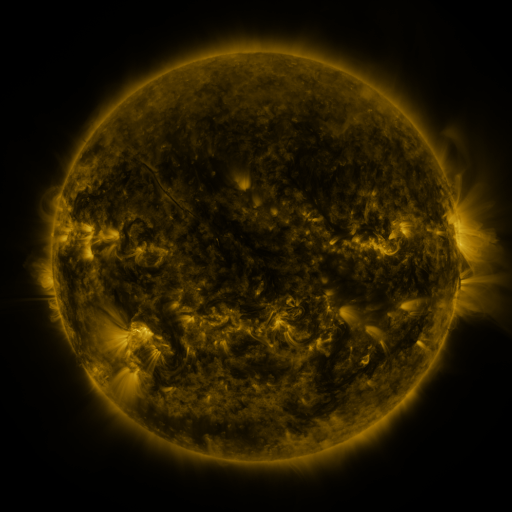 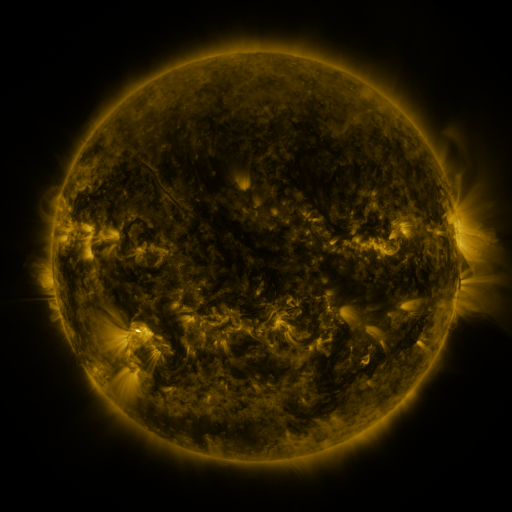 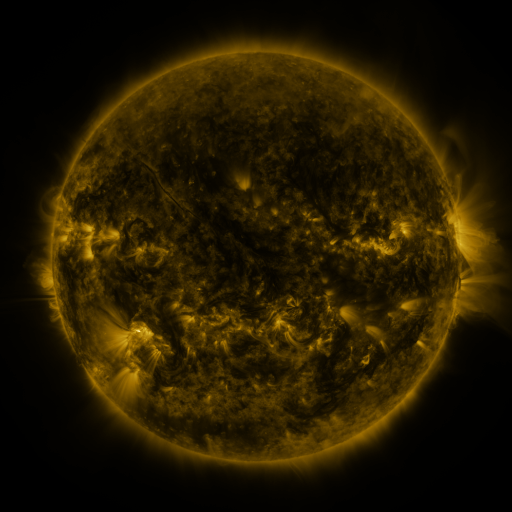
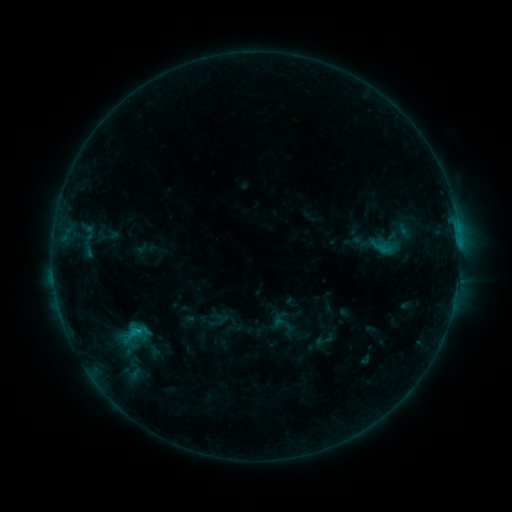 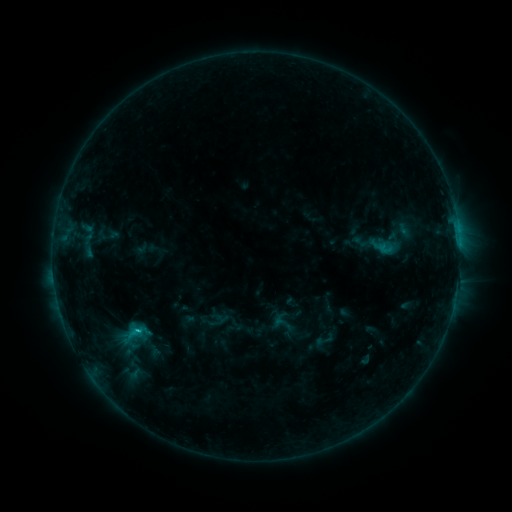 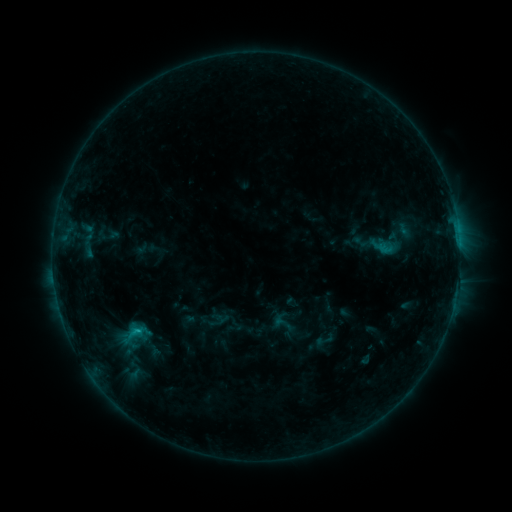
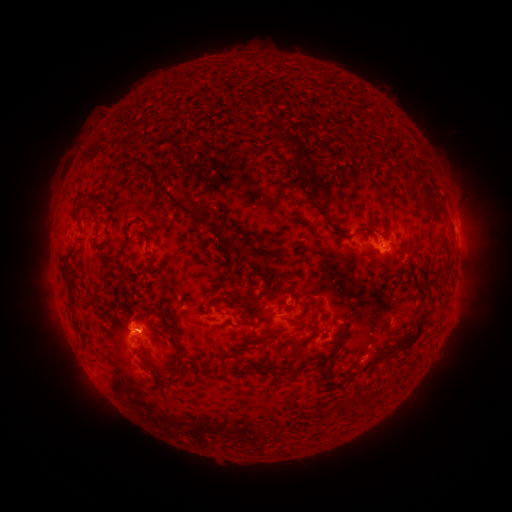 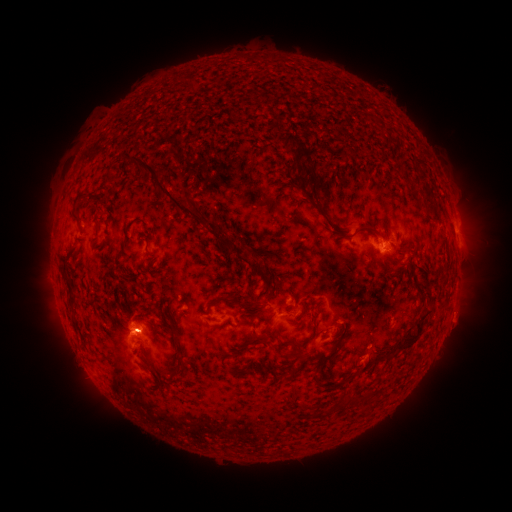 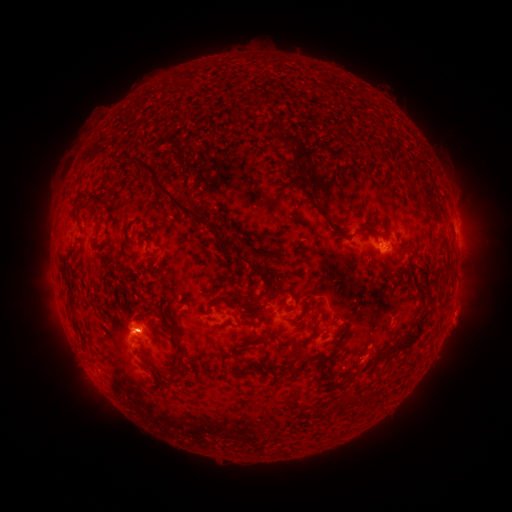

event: flare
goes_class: C1.0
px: (140, 328)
